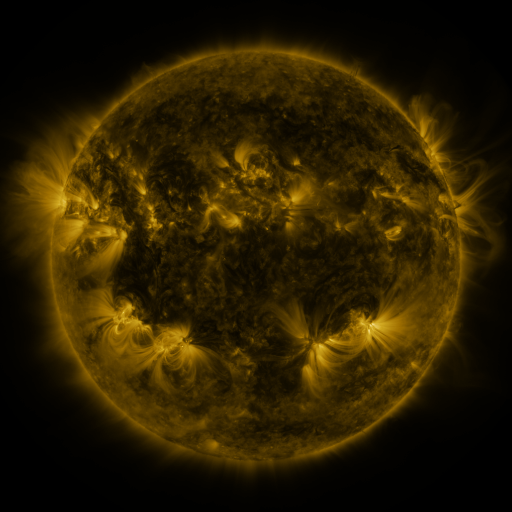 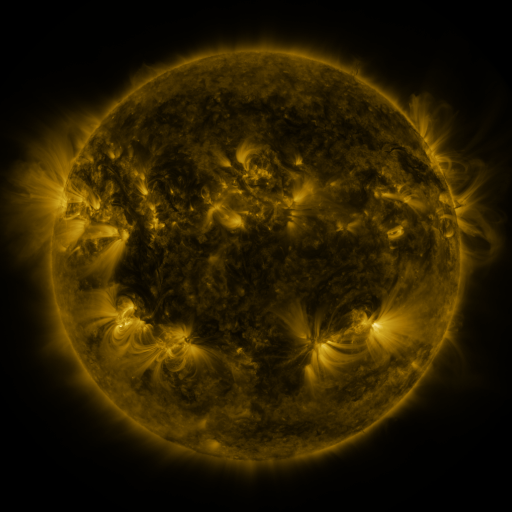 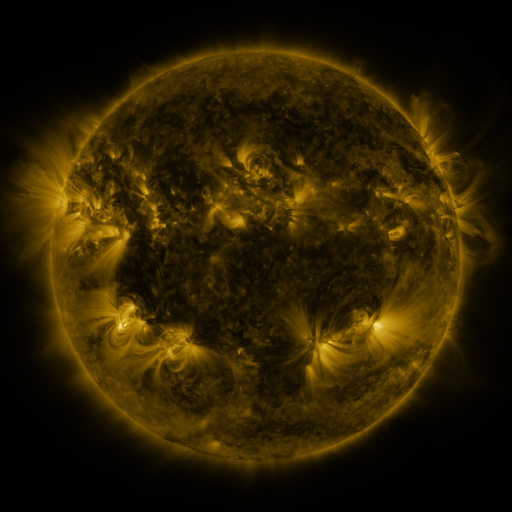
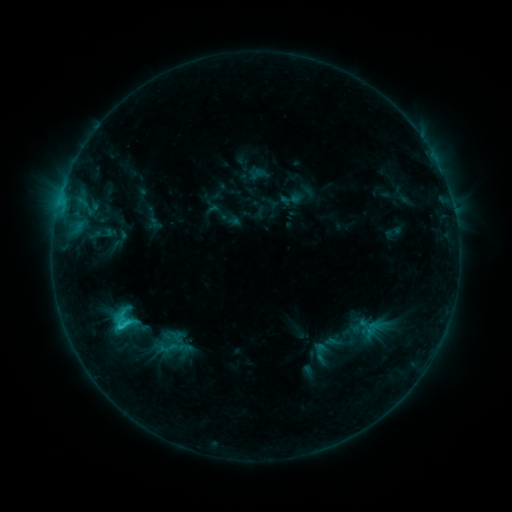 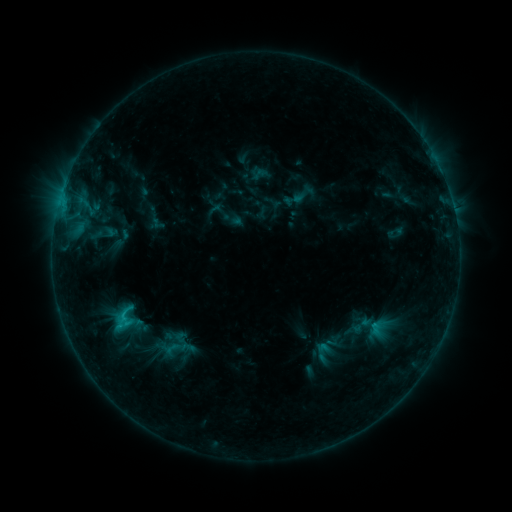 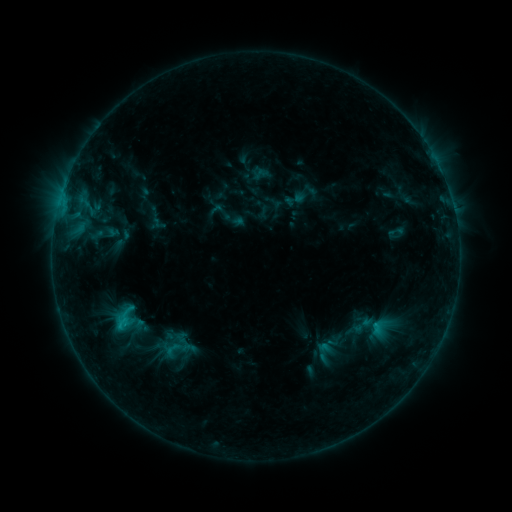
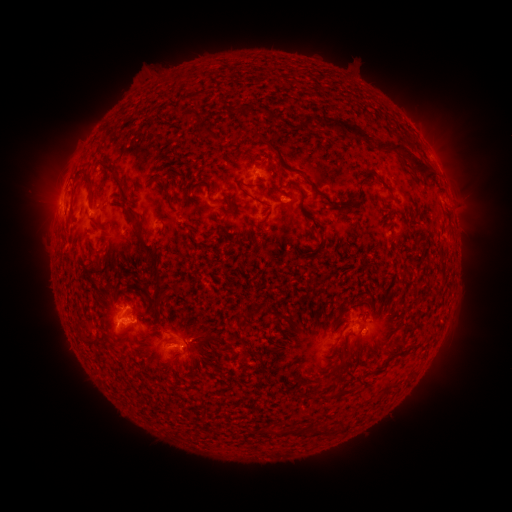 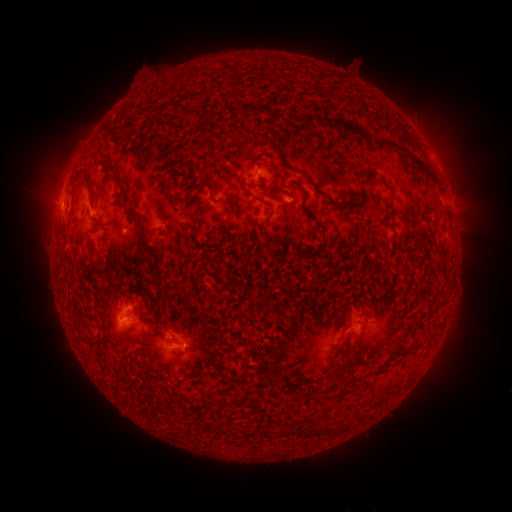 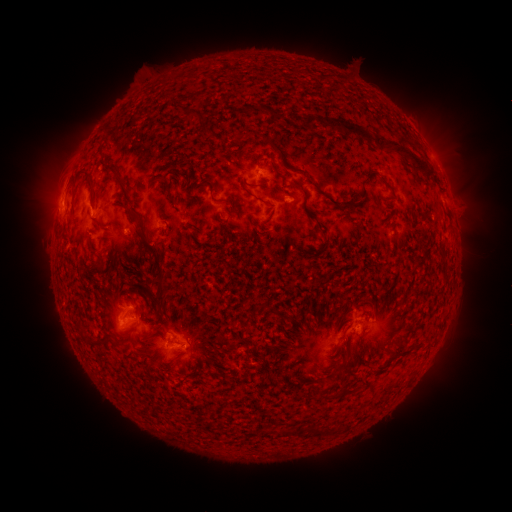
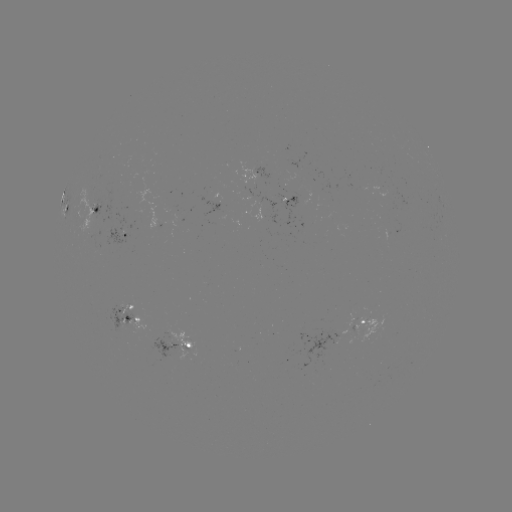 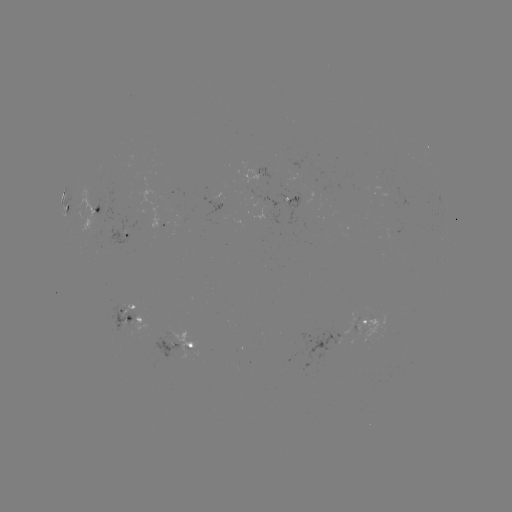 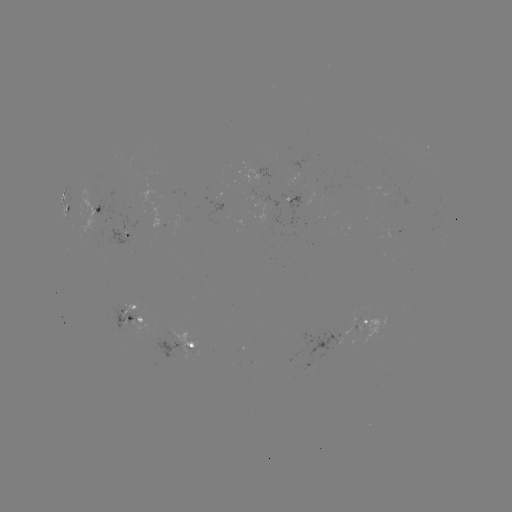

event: emerging-flux region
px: (392, 194)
